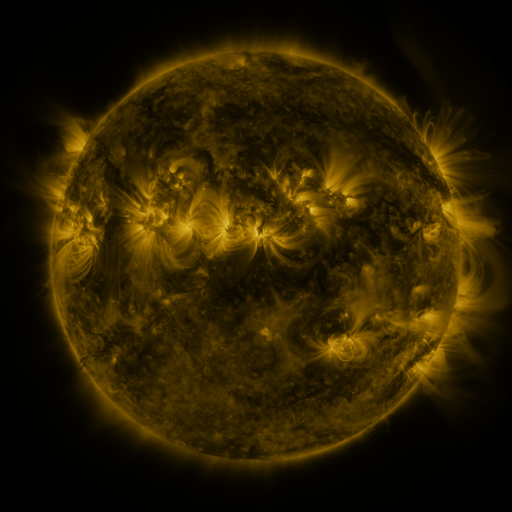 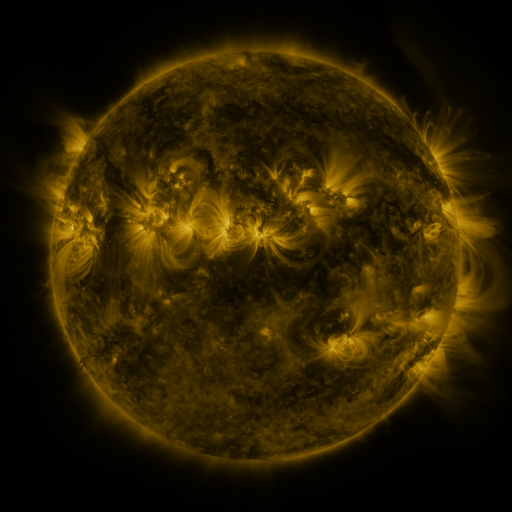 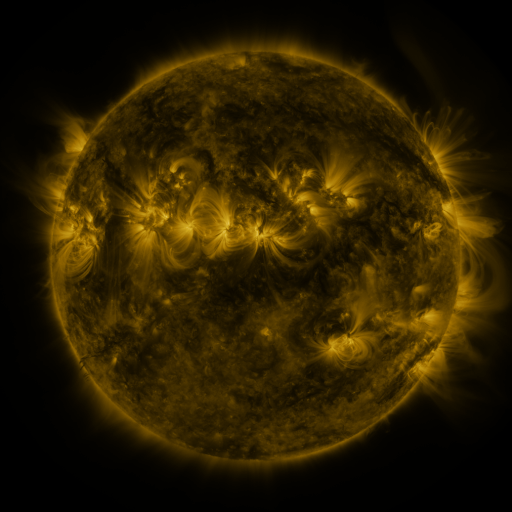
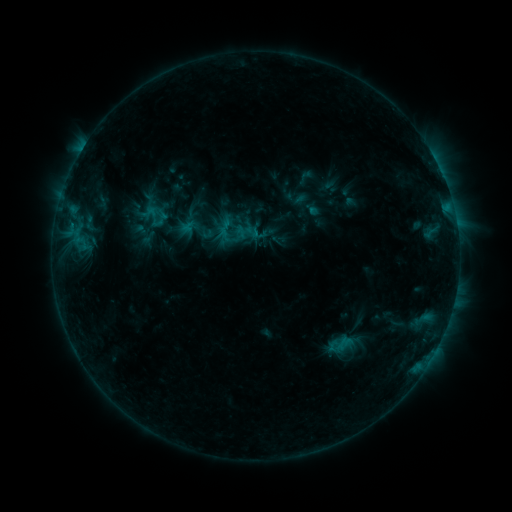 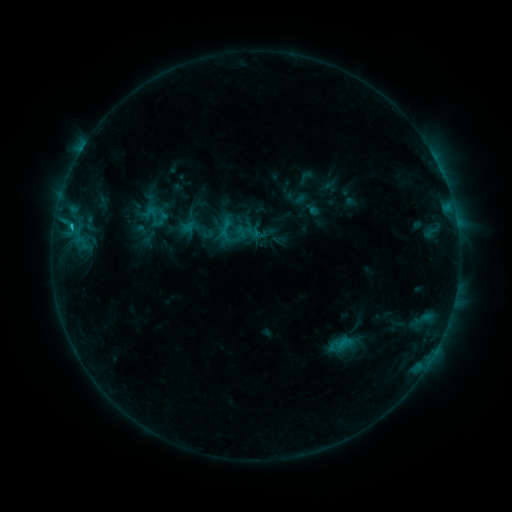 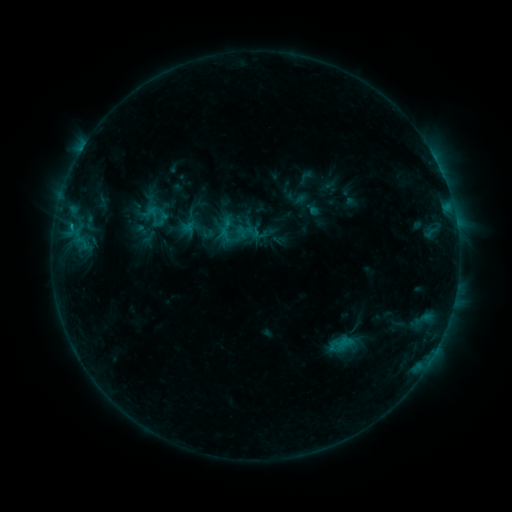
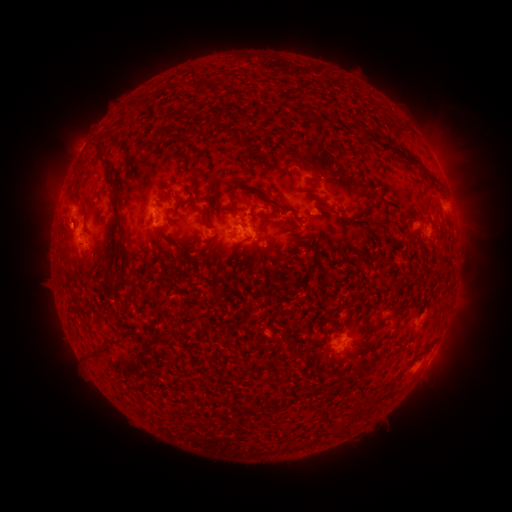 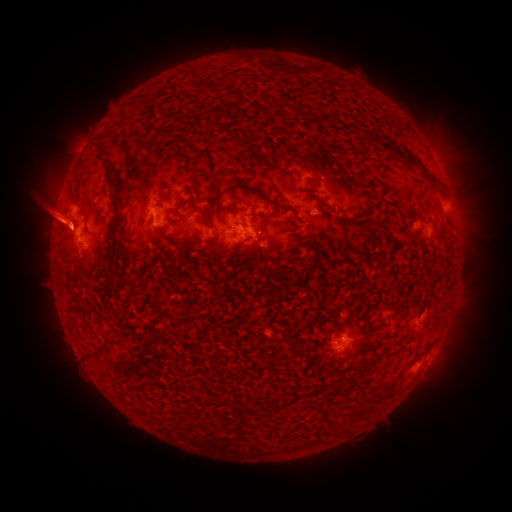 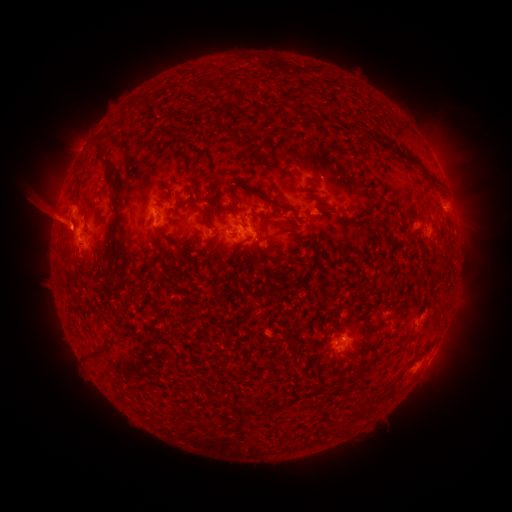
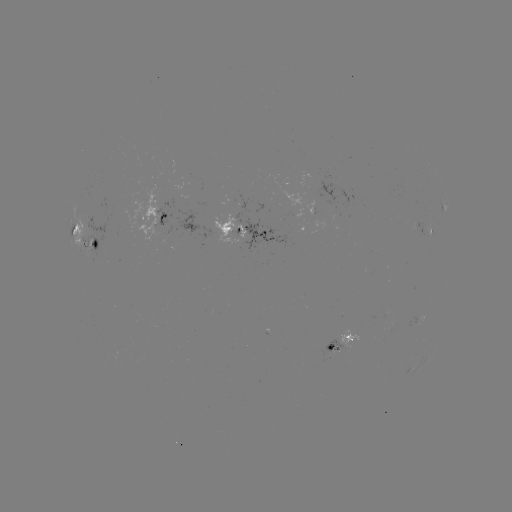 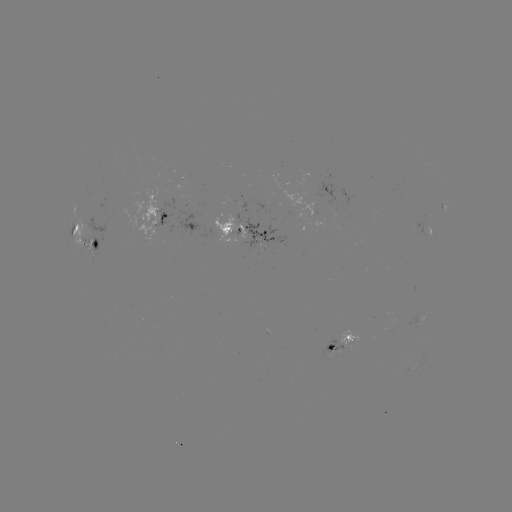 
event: flare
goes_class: C1.0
